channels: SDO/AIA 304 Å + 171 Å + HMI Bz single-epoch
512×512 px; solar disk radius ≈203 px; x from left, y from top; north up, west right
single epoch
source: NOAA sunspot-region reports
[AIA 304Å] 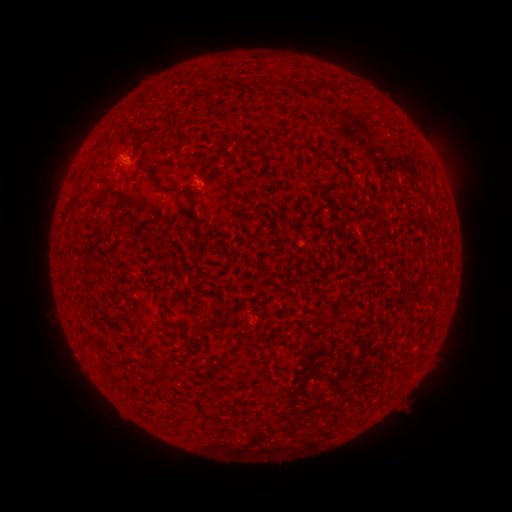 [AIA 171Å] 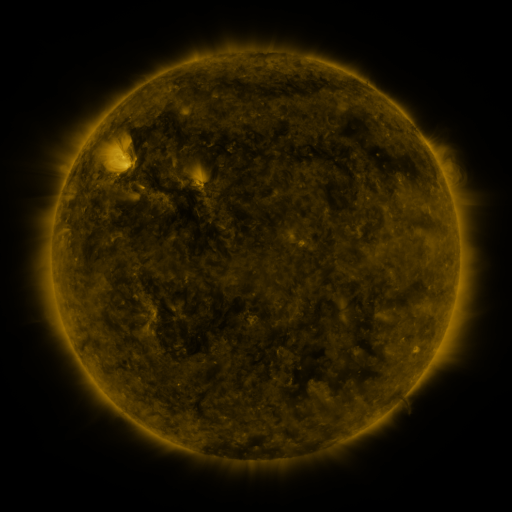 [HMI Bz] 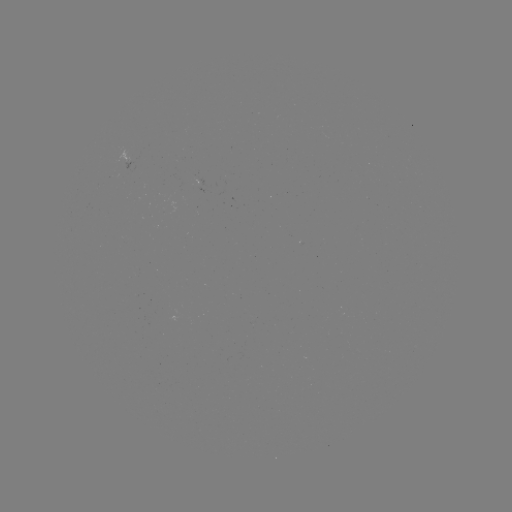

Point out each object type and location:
(none)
